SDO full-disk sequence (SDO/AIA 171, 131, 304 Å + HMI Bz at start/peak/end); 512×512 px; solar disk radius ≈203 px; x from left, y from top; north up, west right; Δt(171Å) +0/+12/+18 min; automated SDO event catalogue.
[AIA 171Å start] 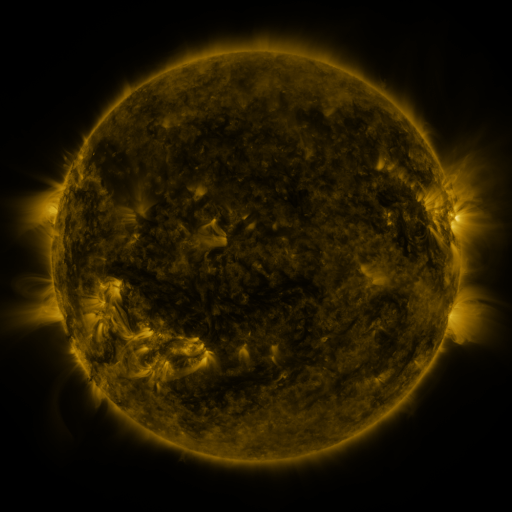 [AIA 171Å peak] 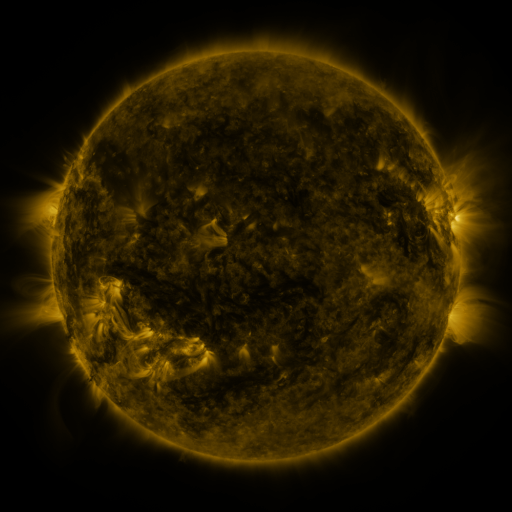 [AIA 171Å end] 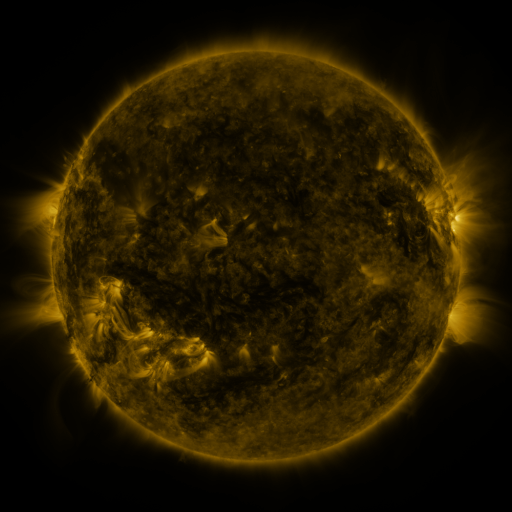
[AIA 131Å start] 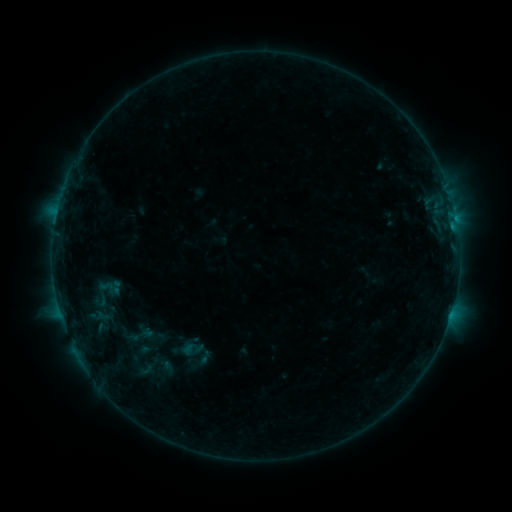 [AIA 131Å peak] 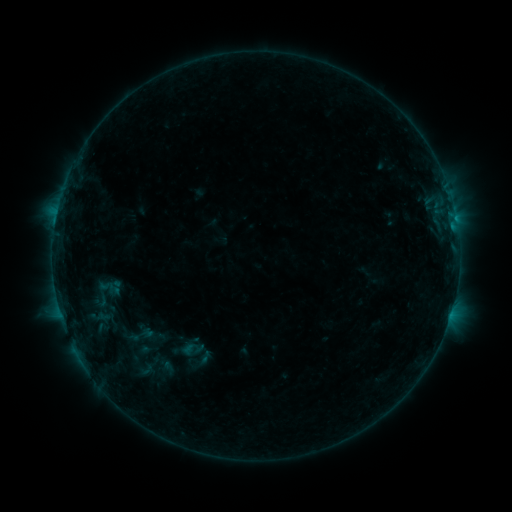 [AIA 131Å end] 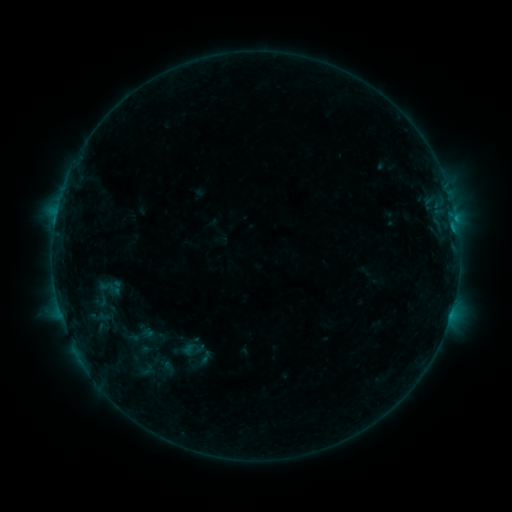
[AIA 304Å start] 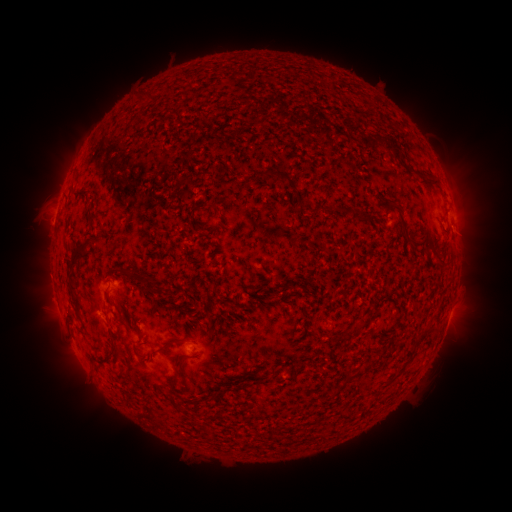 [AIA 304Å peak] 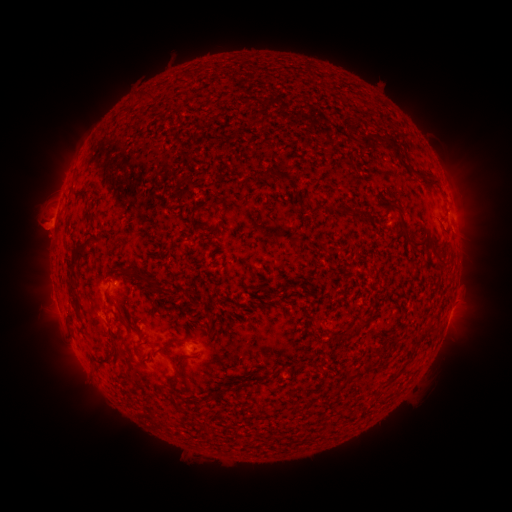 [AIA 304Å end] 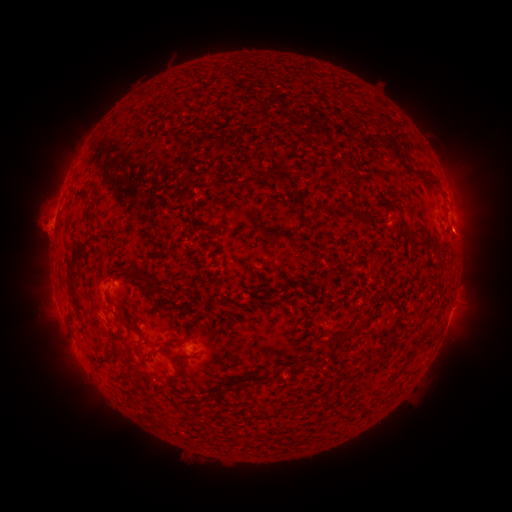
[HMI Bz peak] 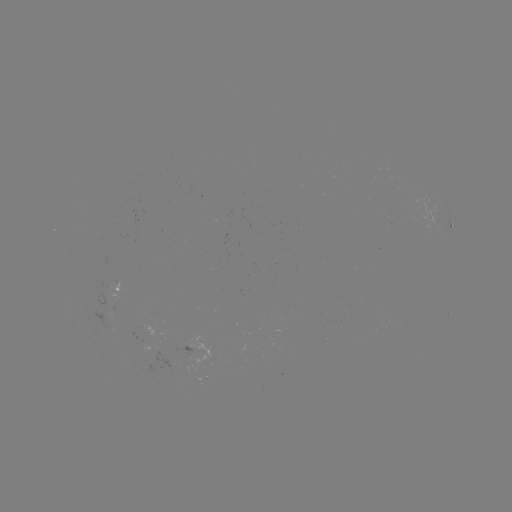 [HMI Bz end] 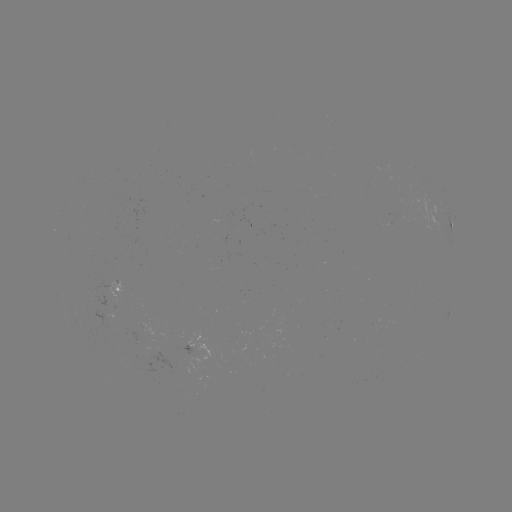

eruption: <bbox>13, 161, 78, 285</bbox>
